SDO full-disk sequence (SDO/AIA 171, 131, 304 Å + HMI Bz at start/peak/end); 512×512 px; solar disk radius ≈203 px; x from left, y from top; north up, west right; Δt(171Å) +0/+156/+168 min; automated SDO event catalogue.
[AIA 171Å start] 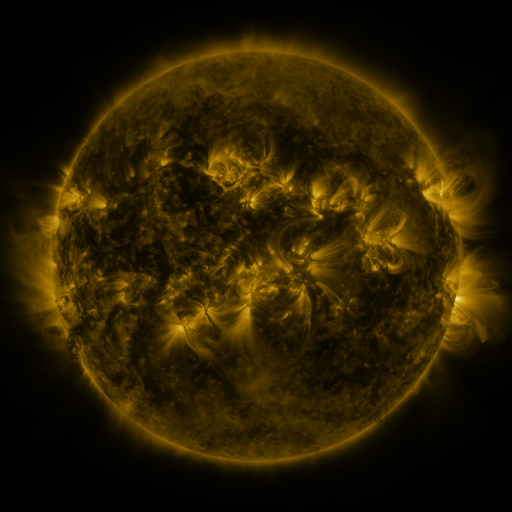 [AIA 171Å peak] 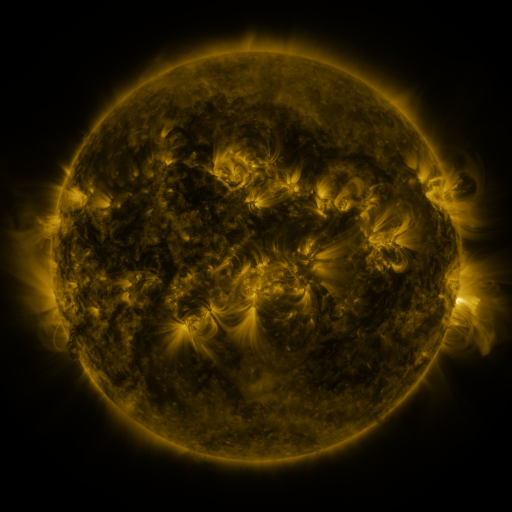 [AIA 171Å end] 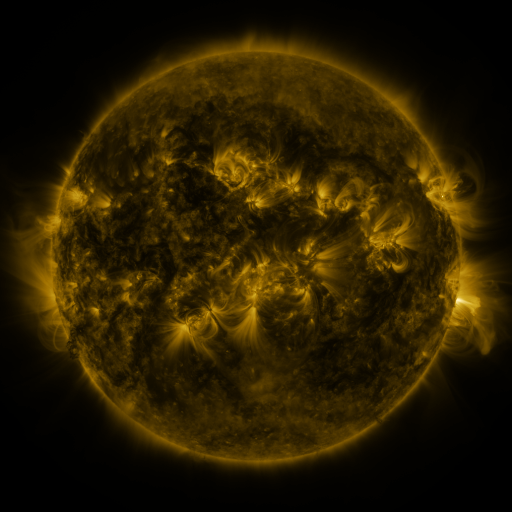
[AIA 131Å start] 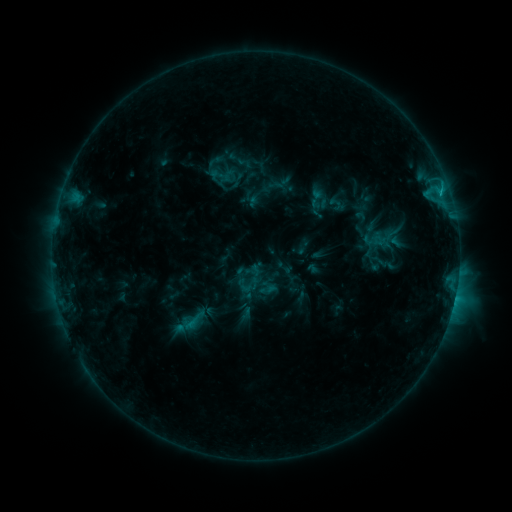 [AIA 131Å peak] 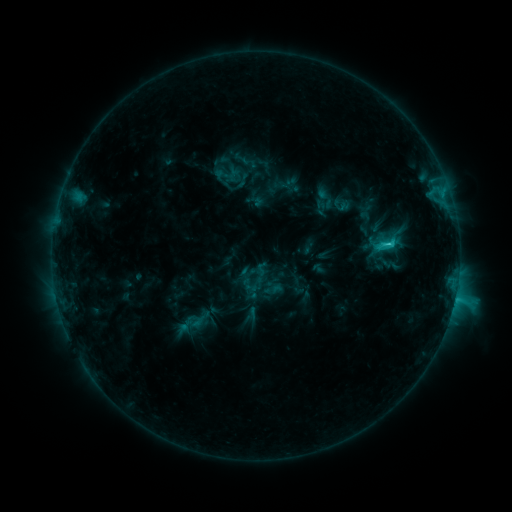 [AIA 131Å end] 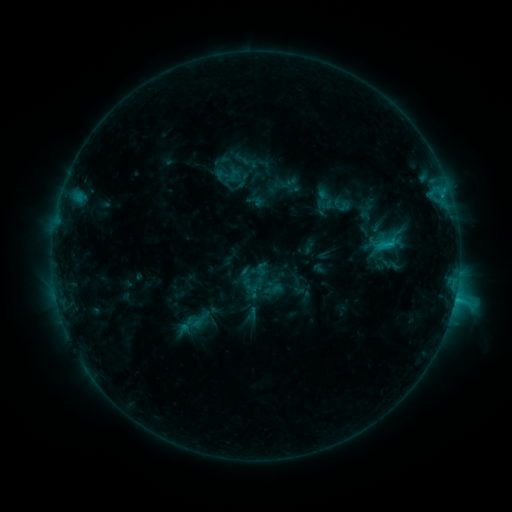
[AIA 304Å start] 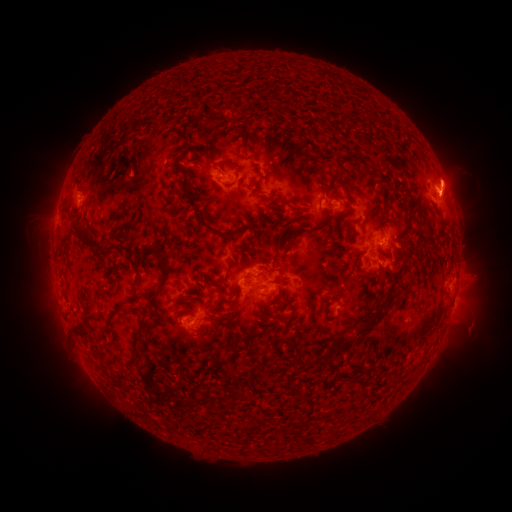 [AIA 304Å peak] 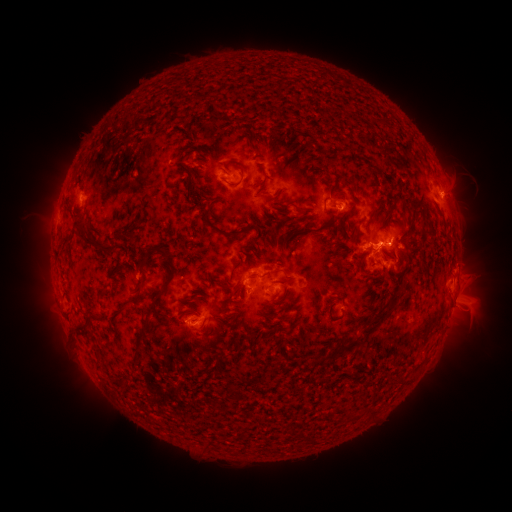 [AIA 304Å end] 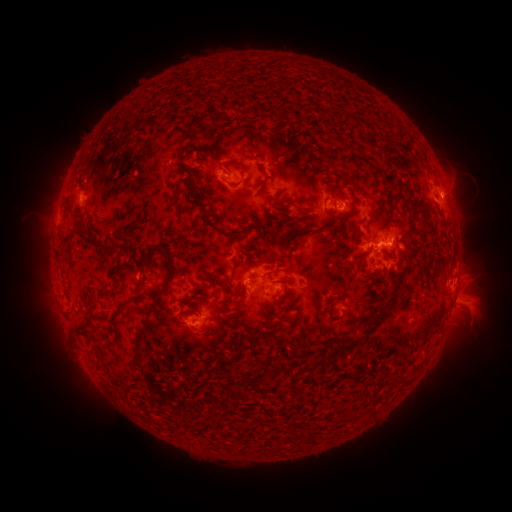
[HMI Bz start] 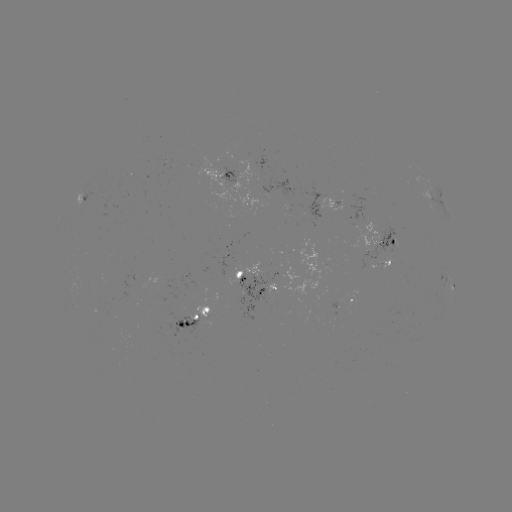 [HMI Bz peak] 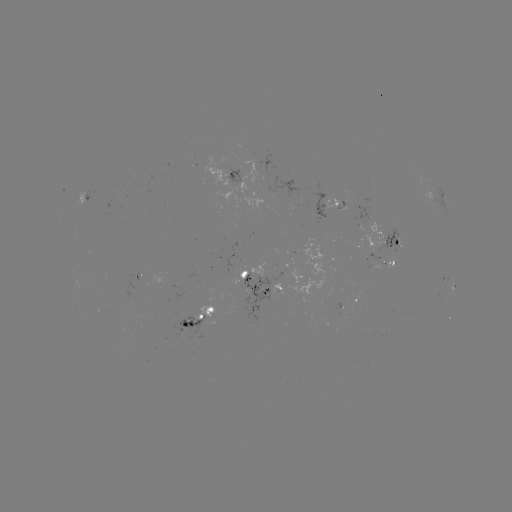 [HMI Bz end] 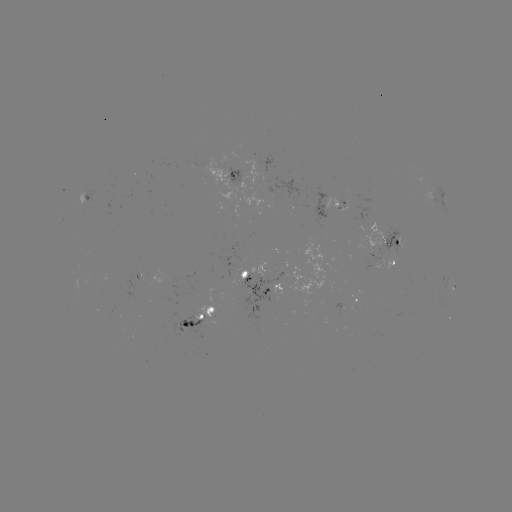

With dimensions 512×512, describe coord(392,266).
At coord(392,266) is emerging-flux region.